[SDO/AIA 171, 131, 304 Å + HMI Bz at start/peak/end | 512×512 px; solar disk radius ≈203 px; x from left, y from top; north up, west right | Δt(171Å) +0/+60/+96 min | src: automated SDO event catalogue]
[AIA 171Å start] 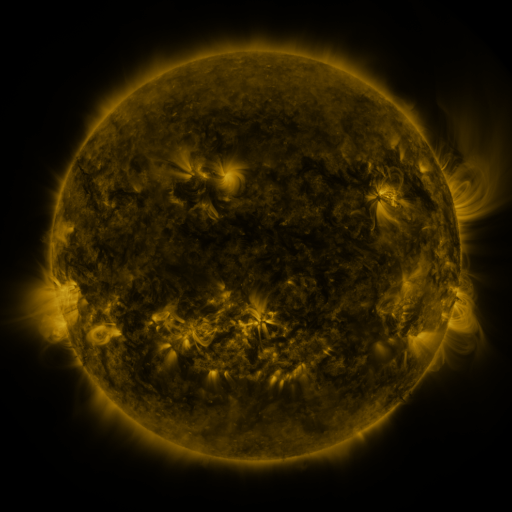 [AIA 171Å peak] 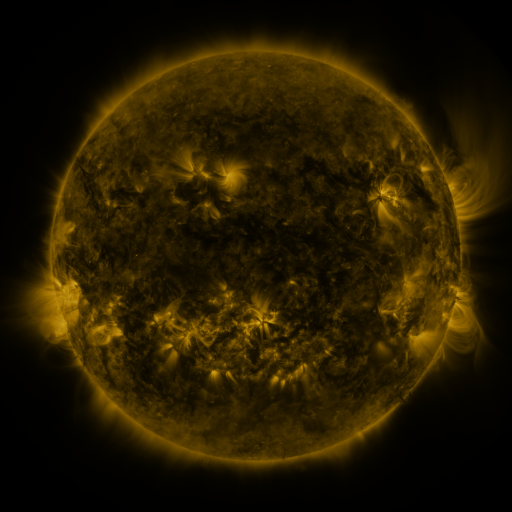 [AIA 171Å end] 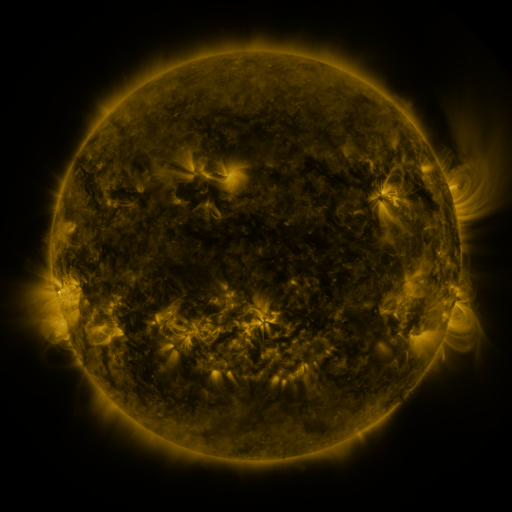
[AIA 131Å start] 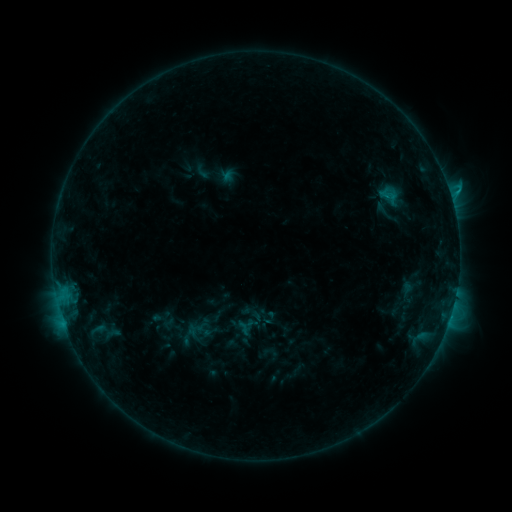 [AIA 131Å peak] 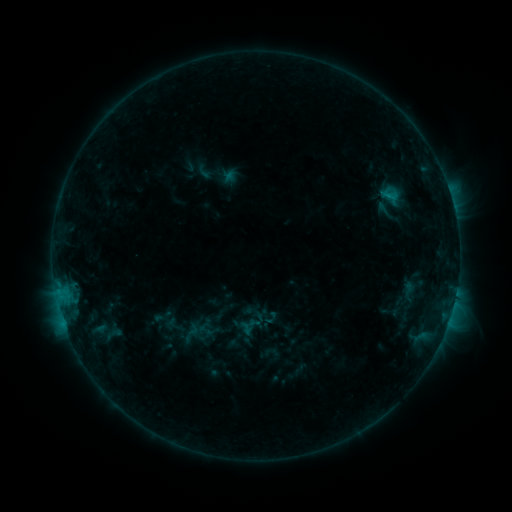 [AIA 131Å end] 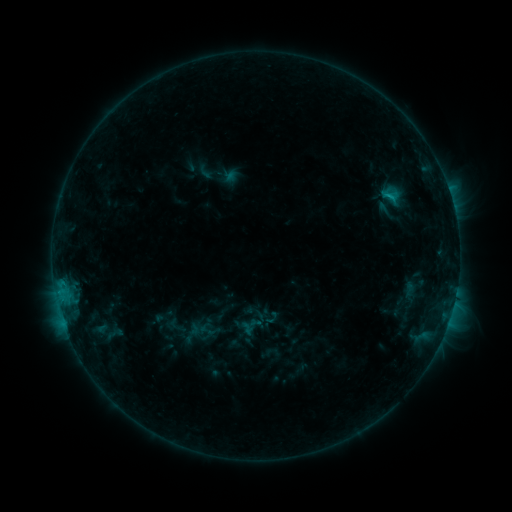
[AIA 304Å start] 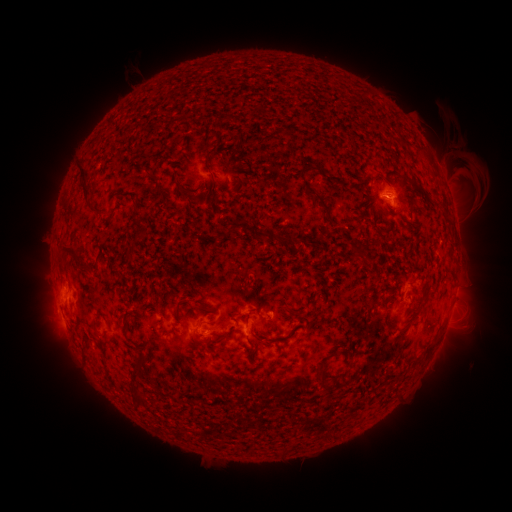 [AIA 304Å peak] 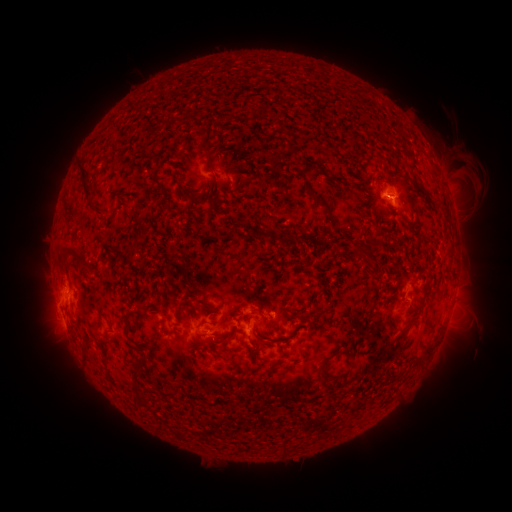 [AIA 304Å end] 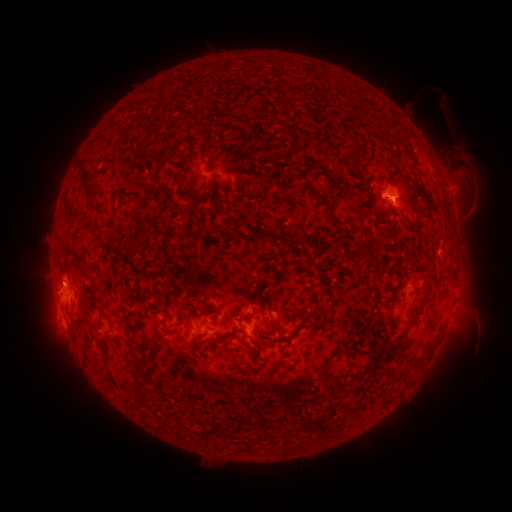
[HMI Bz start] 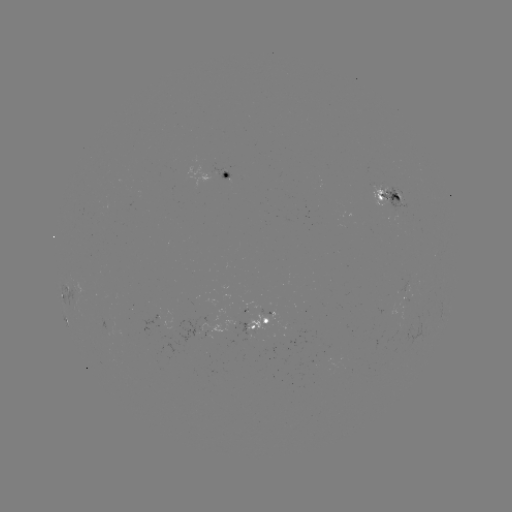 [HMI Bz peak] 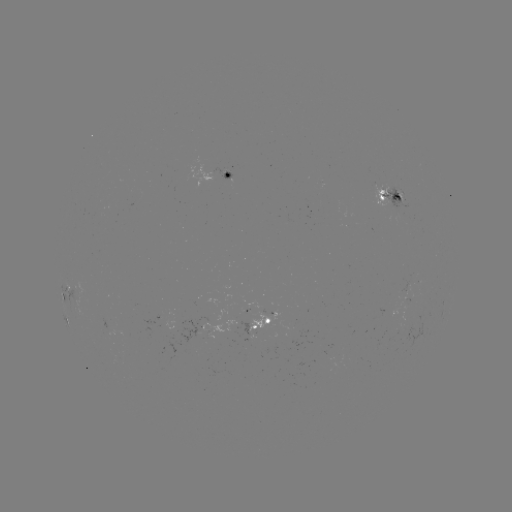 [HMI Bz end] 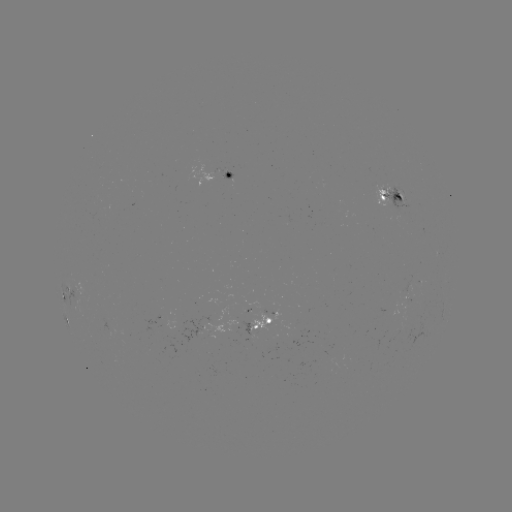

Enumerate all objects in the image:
emerging-flux region: (393, 206)
